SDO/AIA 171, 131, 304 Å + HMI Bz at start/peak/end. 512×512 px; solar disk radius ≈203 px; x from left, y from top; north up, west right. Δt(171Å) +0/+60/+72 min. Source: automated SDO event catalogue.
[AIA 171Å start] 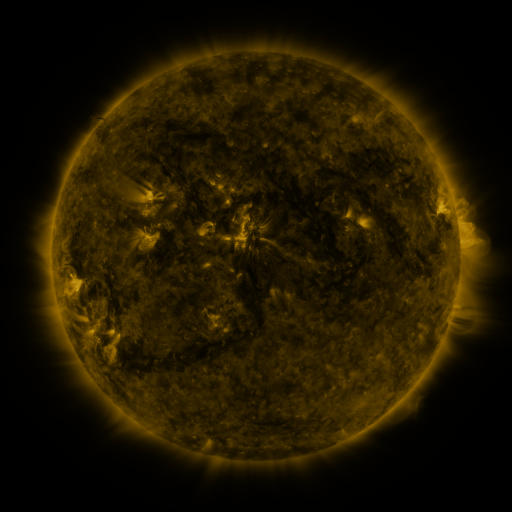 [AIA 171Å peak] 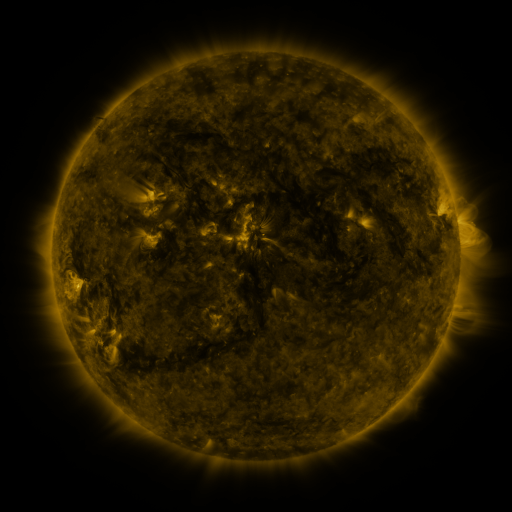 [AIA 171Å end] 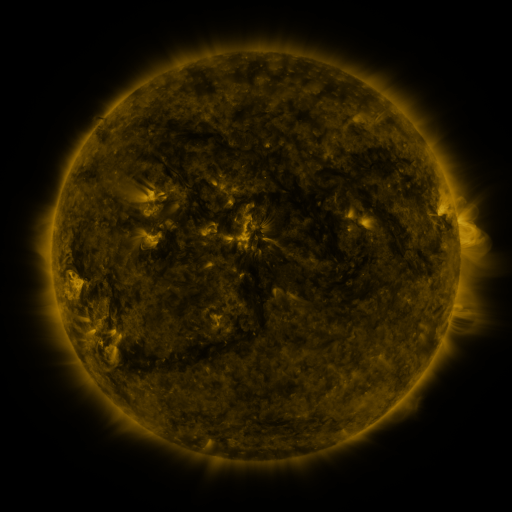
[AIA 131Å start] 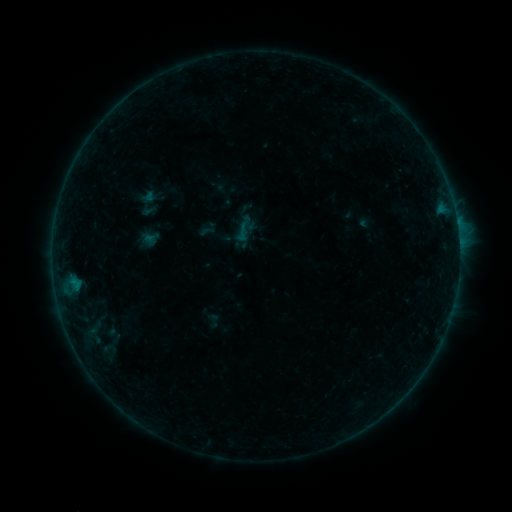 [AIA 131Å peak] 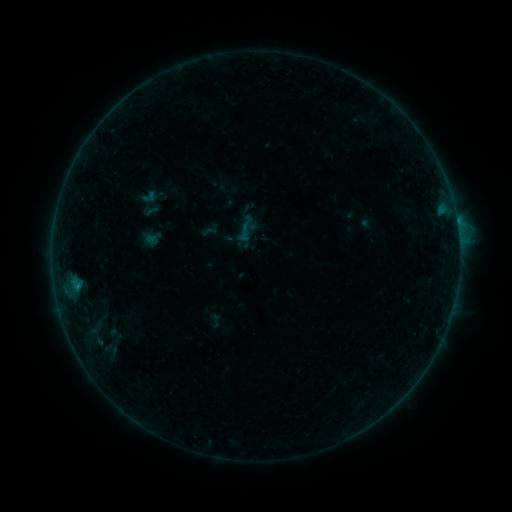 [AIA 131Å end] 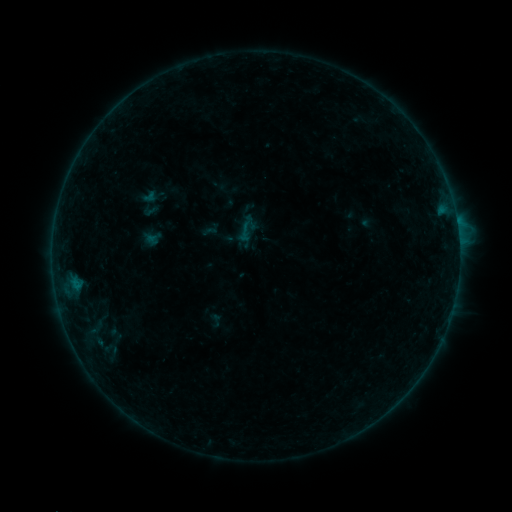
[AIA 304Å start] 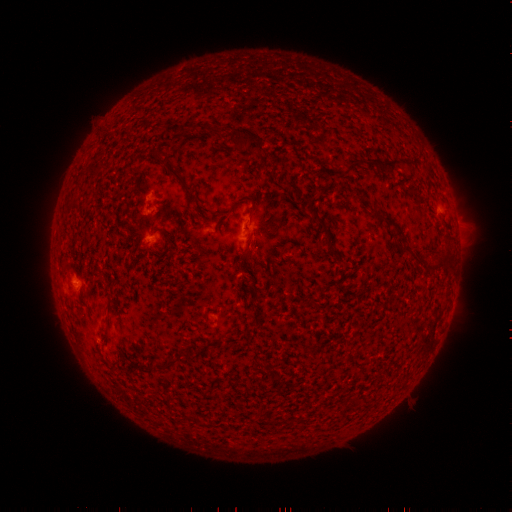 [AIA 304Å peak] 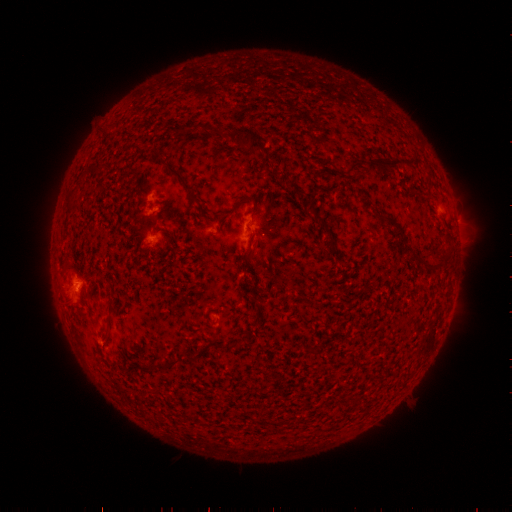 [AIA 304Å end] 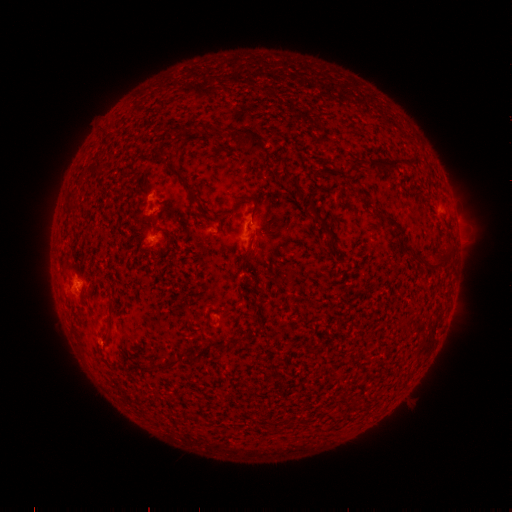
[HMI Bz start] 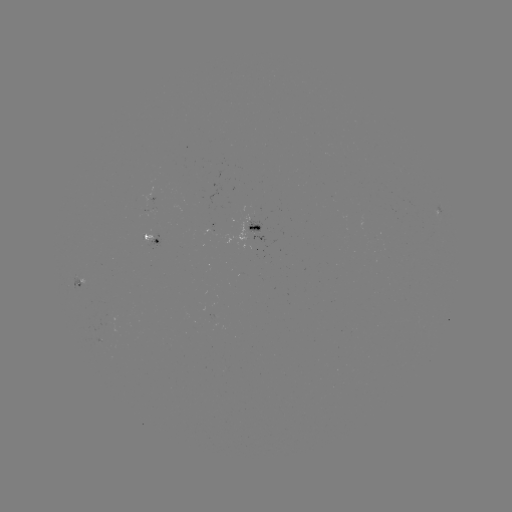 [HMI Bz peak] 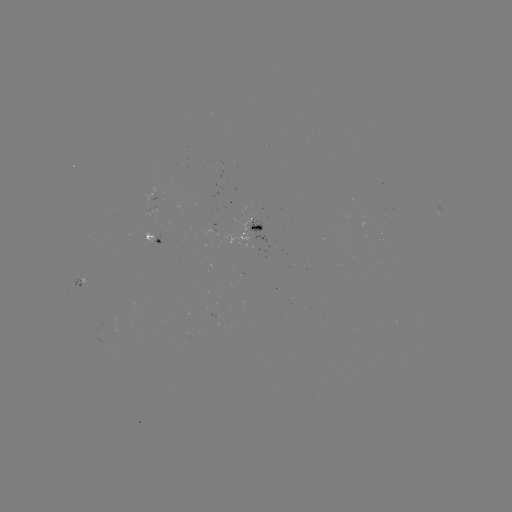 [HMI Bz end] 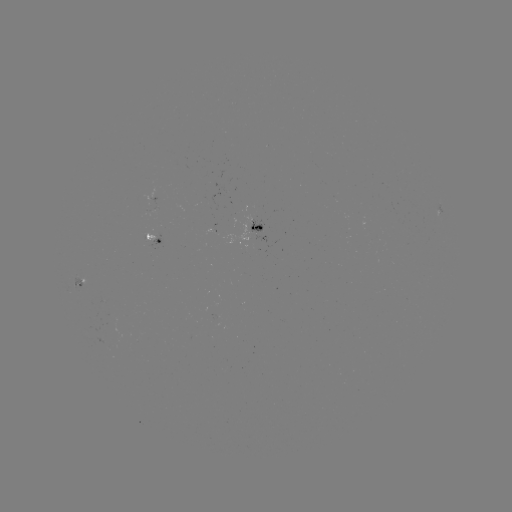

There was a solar emerging-flux region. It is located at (253, 225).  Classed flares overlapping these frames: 1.